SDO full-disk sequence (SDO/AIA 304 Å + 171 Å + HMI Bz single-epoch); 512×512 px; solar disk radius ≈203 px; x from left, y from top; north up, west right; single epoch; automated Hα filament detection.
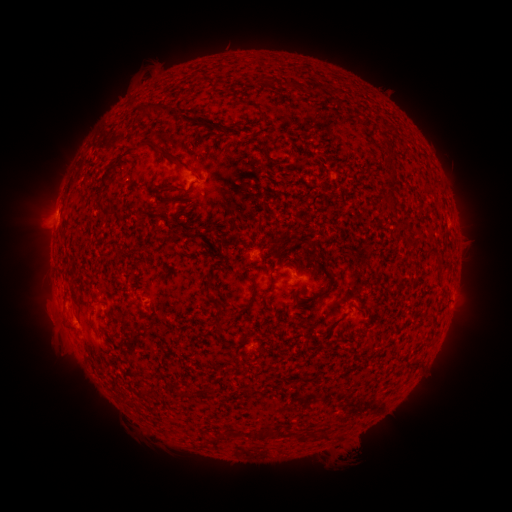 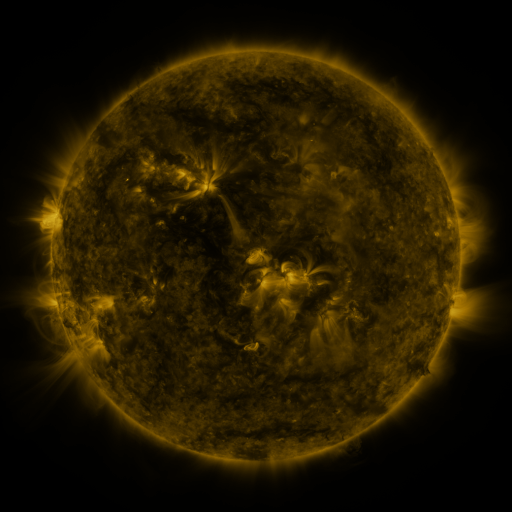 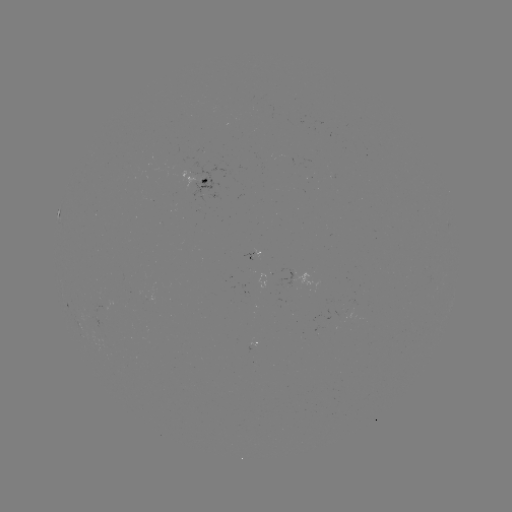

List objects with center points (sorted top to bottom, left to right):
filament: (310, 82, 321, 93)
filament: (140, 101, 178, 117)
filament: (101, 140, 160, 187)
filament: (389, 172, 398, 182)
filament: (156, 201, 167, 212)
filament: (69, 283, 80, 305)
filament: (249, 287, 256, 298)
filament: (214, 311, 225, 333)
filament: (249, 386, 259, 394)
filament: (320, 432, 329, 441)
